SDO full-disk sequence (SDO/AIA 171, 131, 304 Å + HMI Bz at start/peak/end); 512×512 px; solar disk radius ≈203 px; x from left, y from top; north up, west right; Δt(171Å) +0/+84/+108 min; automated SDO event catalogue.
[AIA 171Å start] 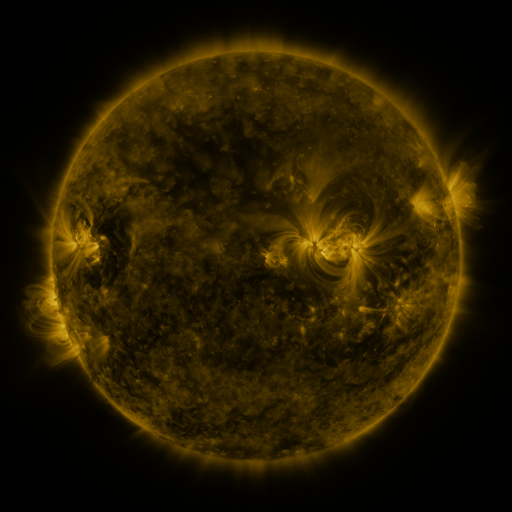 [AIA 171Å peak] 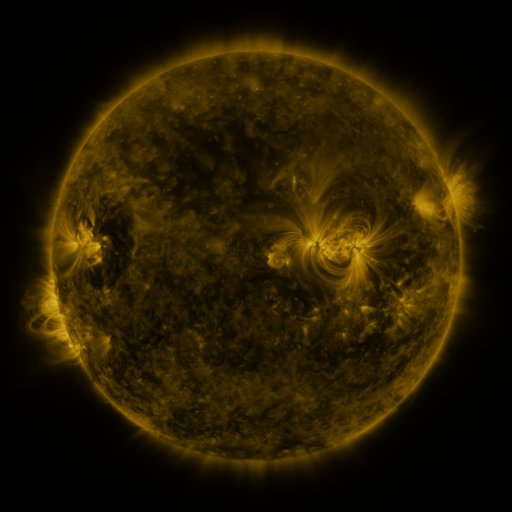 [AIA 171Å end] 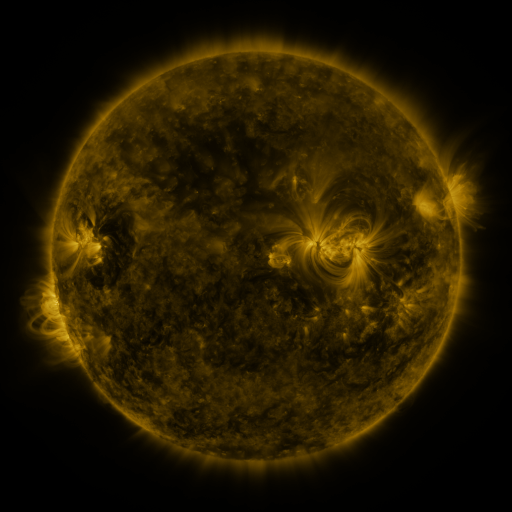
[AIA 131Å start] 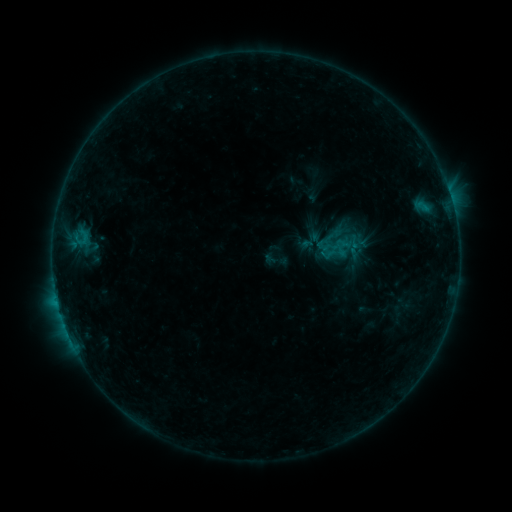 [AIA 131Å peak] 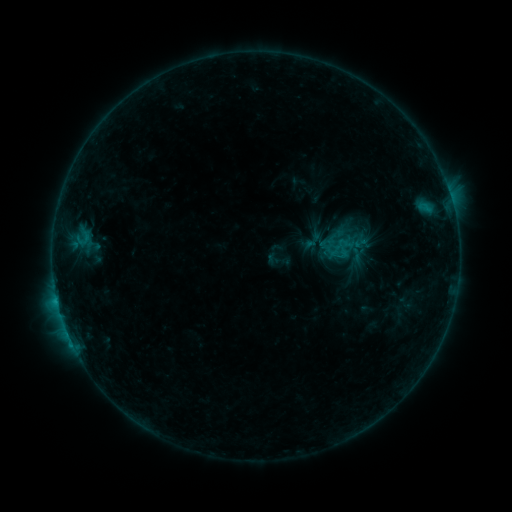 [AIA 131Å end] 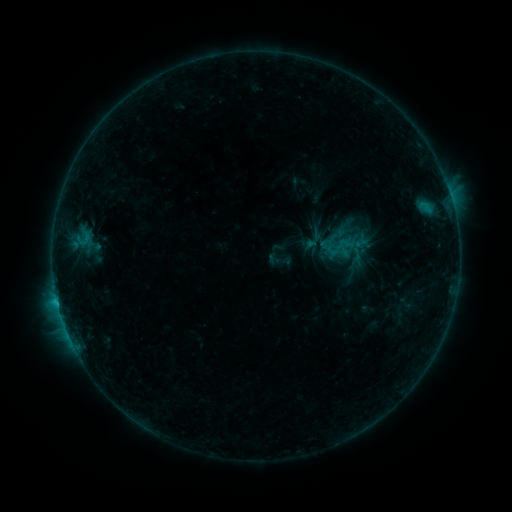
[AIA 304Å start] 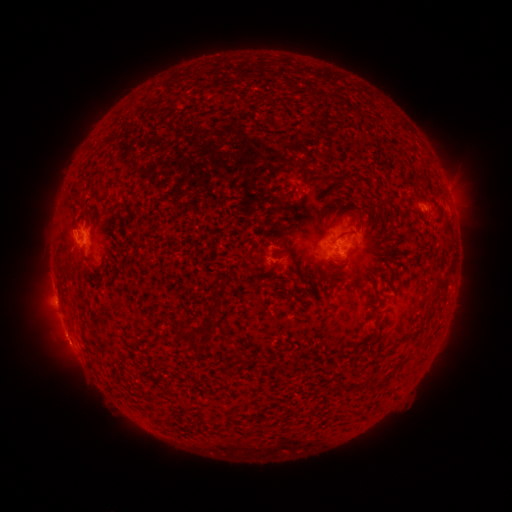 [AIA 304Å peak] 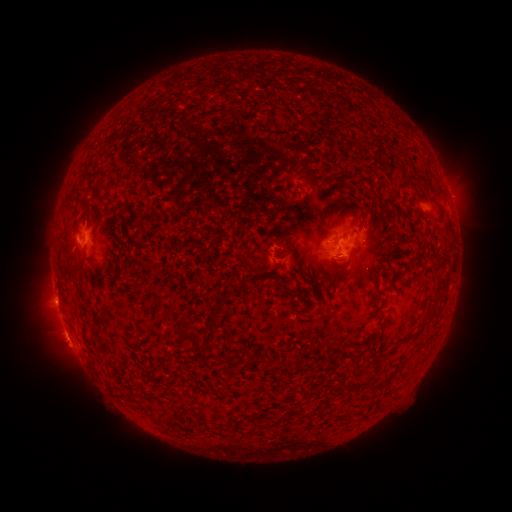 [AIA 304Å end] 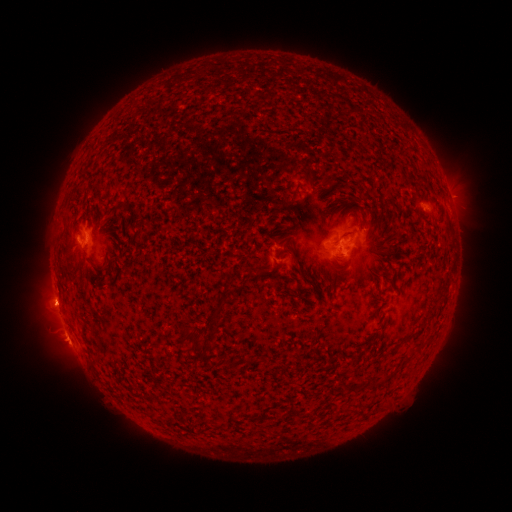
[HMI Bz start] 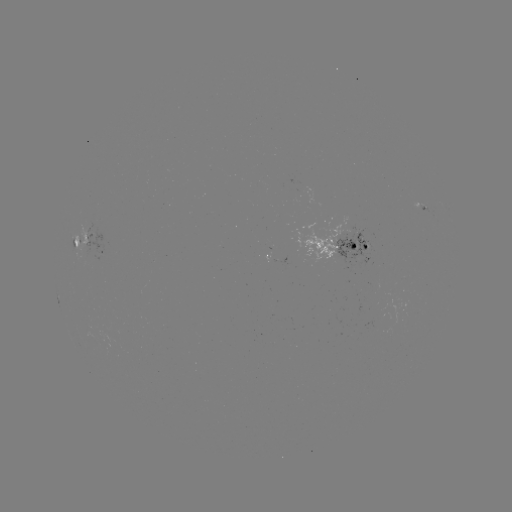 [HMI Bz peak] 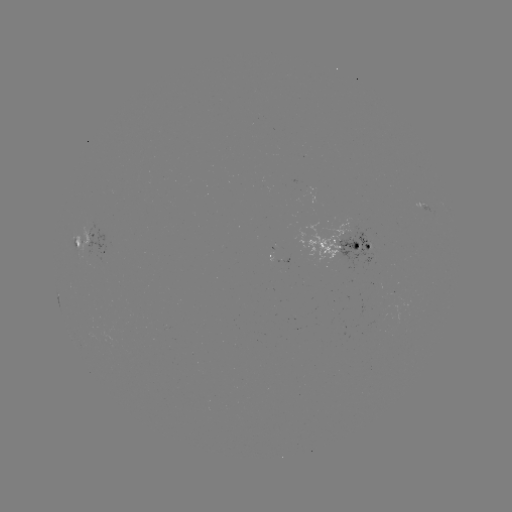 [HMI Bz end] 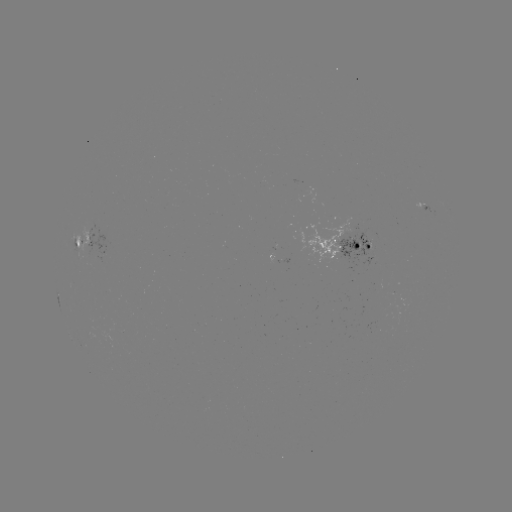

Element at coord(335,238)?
emerging-flux region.